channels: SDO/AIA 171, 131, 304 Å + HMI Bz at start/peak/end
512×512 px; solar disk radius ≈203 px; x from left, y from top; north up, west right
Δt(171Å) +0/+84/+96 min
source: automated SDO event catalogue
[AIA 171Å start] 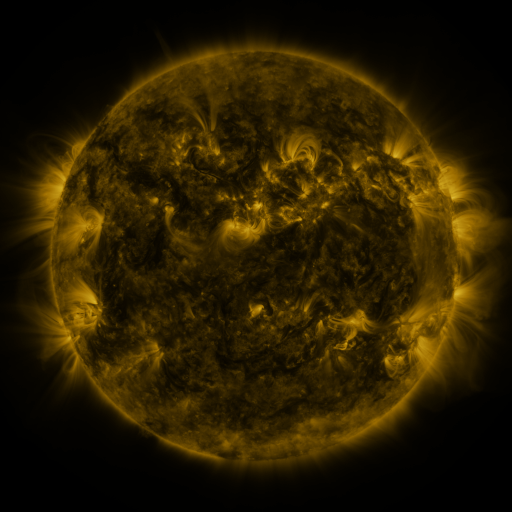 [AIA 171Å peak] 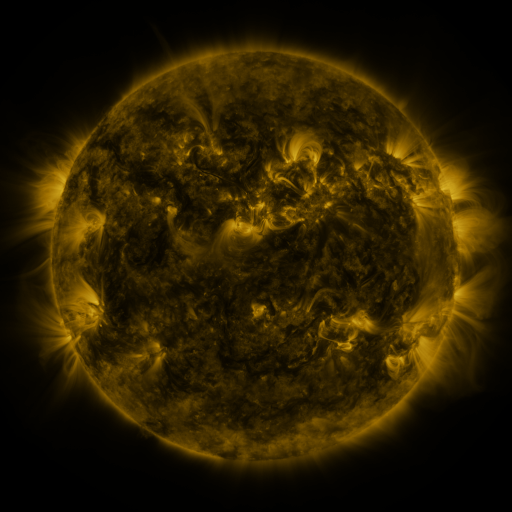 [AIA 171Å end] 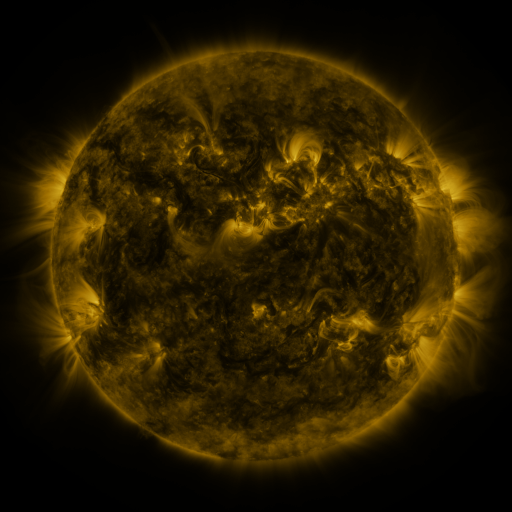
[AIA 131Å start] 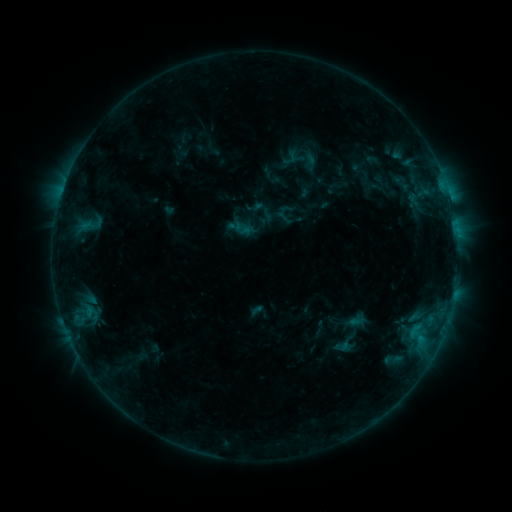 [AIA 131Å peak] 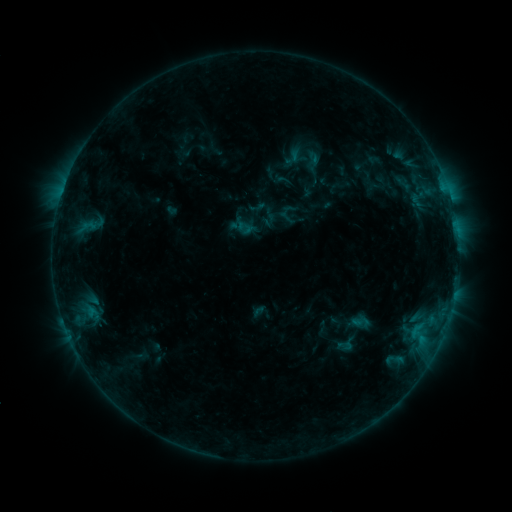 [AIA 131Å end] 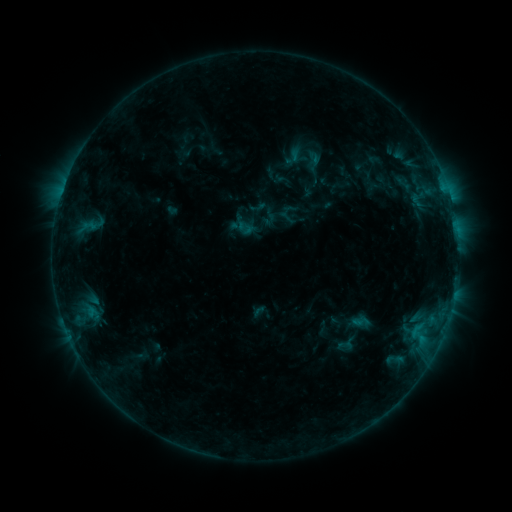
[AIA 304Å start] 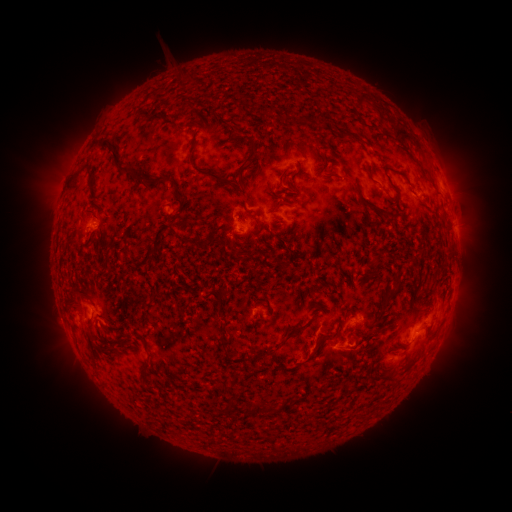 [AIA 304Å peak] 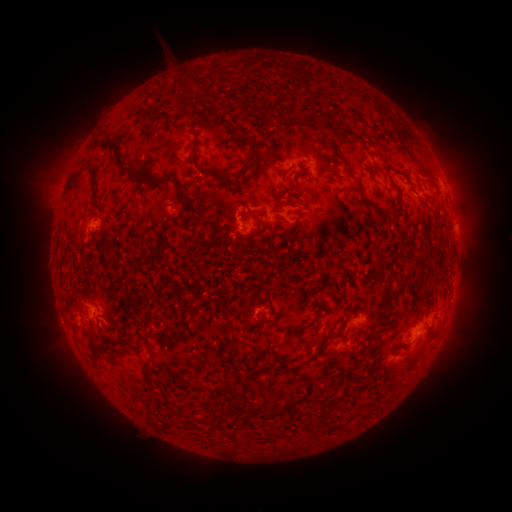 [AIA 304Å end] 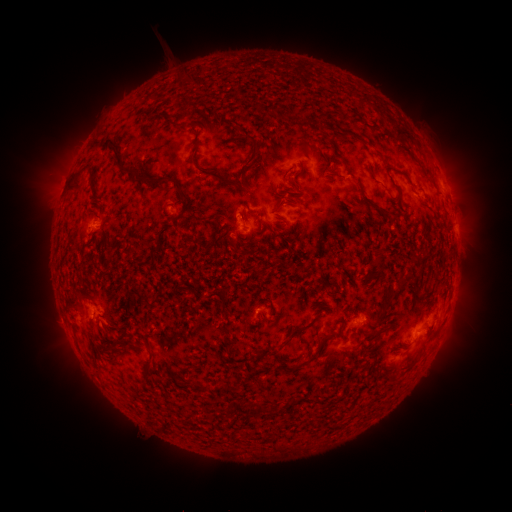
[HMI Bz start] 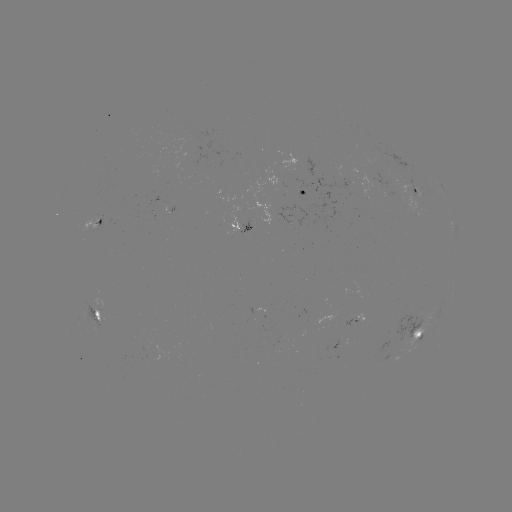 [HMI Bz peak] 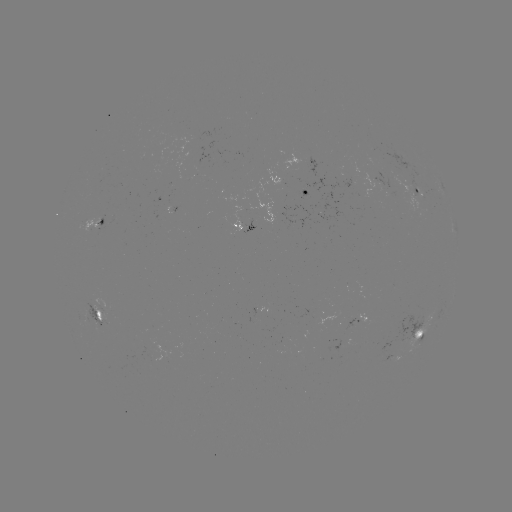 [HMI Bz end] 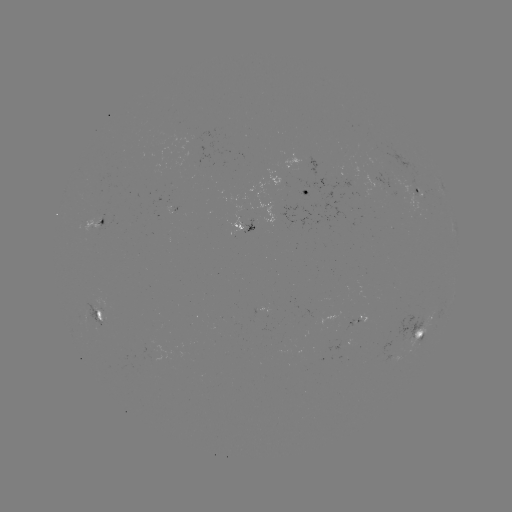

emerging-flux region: (81, 218, 100, 231)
